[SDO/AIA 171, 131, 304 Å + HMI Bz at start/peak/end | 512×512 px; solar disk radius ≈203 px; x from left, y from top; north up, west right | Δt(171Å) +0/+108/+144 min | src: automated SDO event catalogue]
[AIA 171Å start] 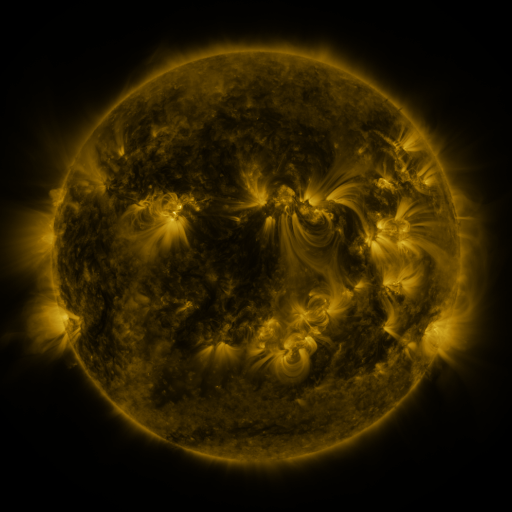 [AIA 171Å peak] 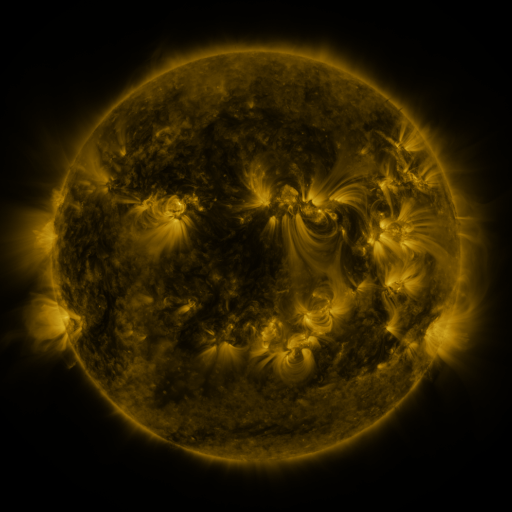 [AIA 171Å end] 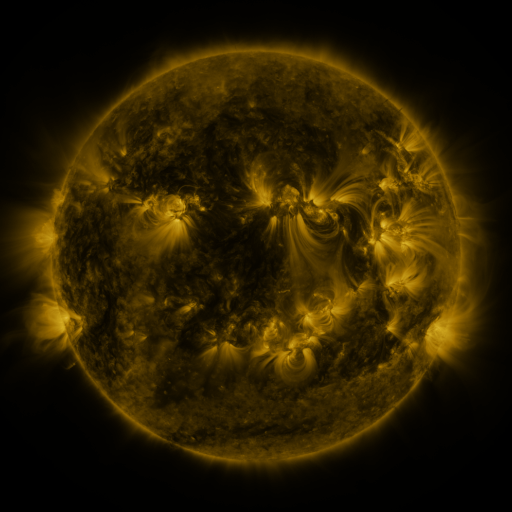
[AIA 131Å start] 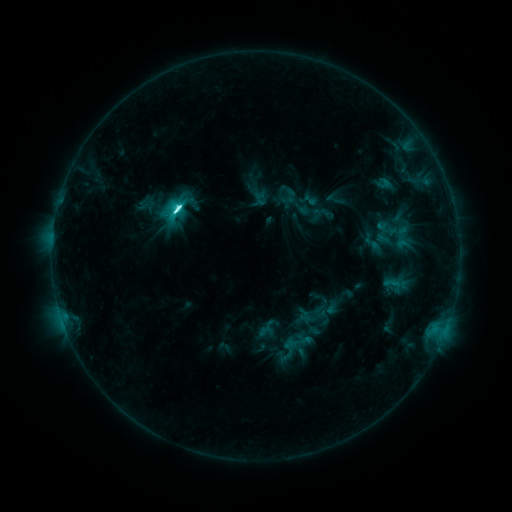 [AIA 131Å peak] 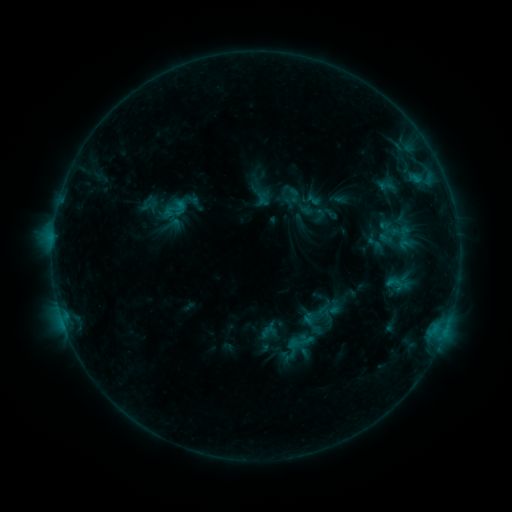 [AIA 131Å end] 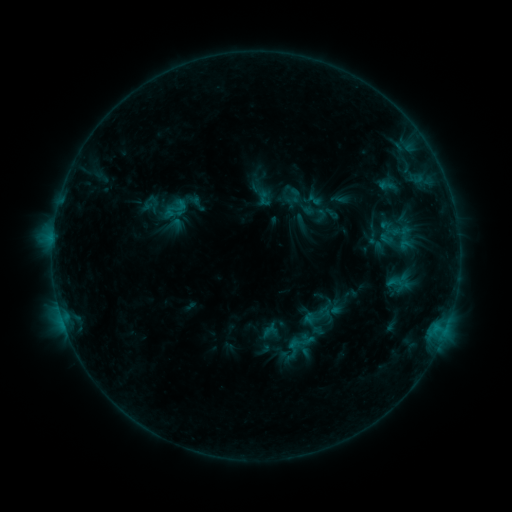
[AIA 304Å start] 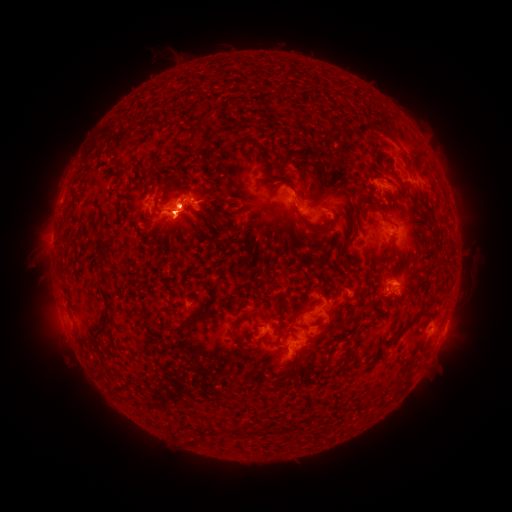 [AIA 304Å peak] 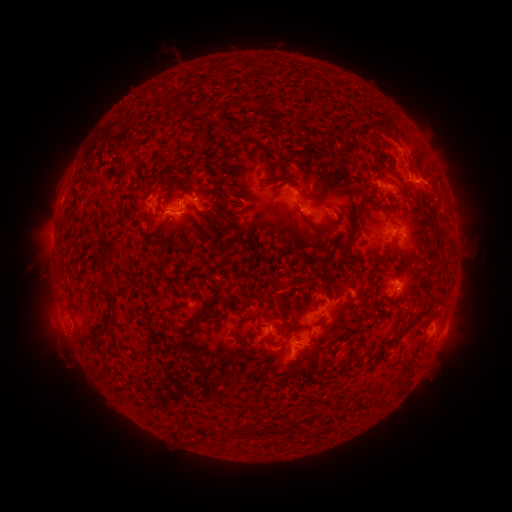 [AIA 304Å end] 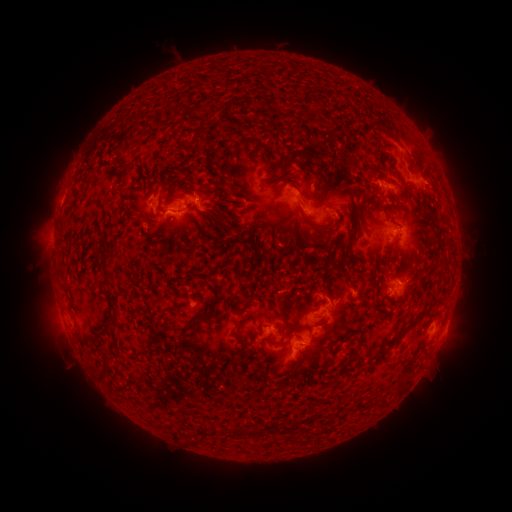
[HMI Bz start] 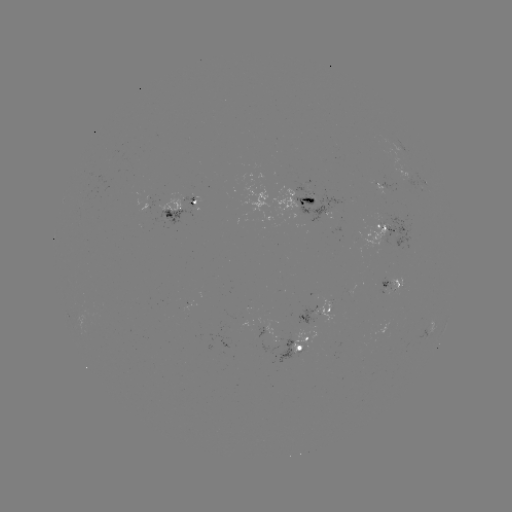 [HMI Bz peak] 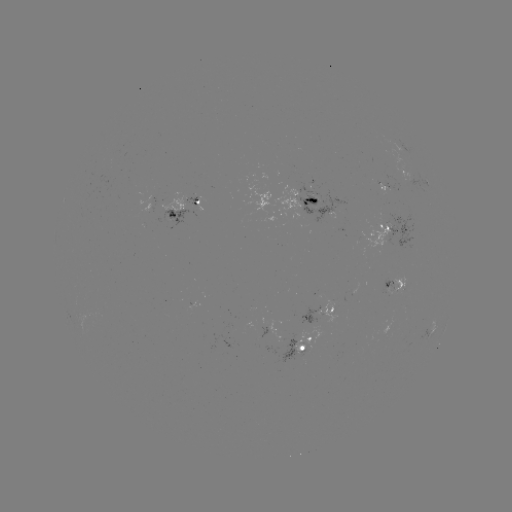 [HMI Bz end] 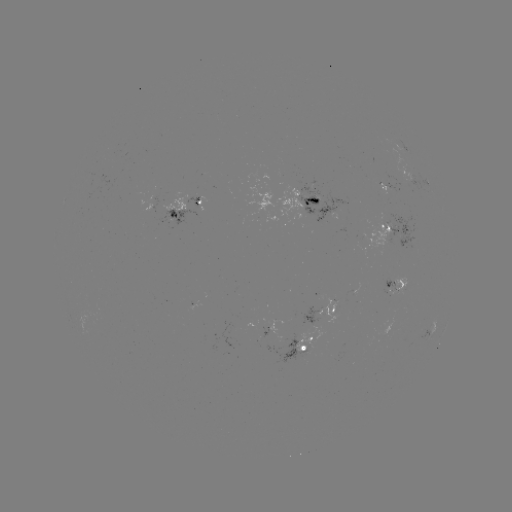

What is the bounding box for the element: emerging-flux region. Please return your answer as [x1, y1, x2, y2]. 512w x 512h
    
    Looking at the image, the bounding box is [294, 183, 350, 228].